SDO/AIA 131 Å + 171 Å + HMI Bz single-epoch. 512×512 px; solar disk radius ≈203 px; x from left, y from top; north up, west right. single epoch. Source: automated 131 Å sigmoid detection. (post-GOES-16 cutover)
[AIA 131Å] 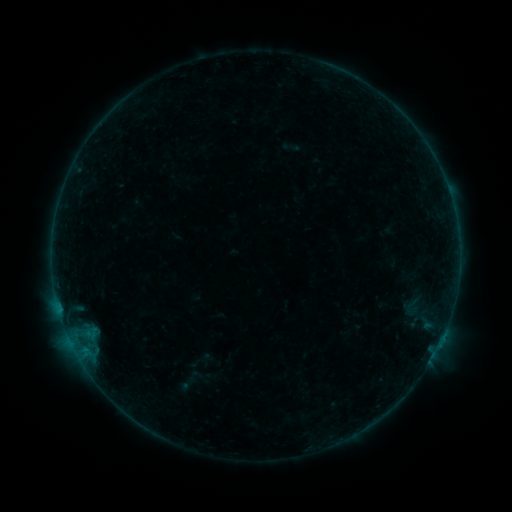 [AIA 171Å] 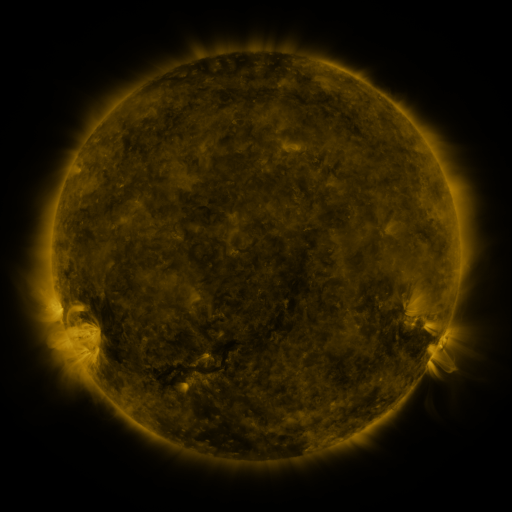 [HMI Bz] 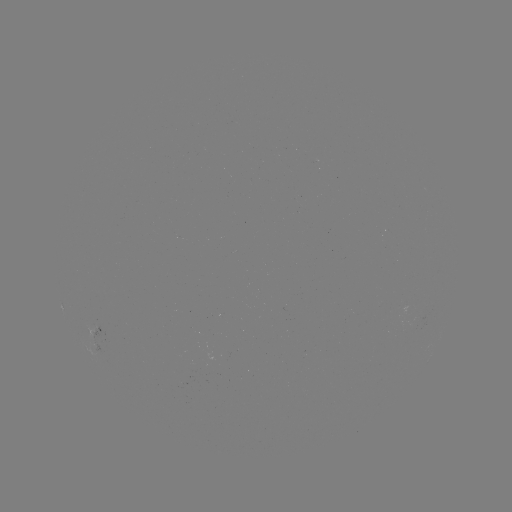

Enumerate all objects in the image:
sigmoid: [402, 297, 419, 314]
